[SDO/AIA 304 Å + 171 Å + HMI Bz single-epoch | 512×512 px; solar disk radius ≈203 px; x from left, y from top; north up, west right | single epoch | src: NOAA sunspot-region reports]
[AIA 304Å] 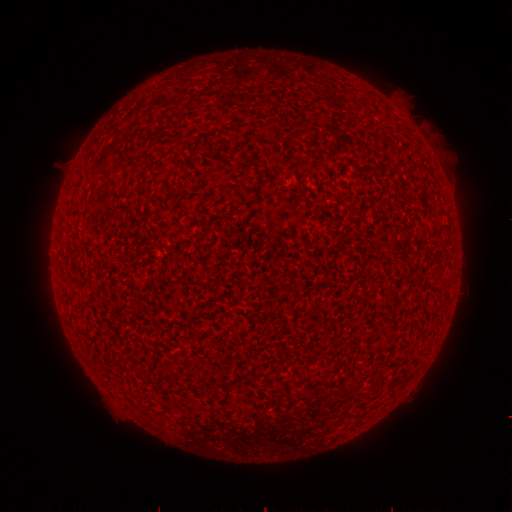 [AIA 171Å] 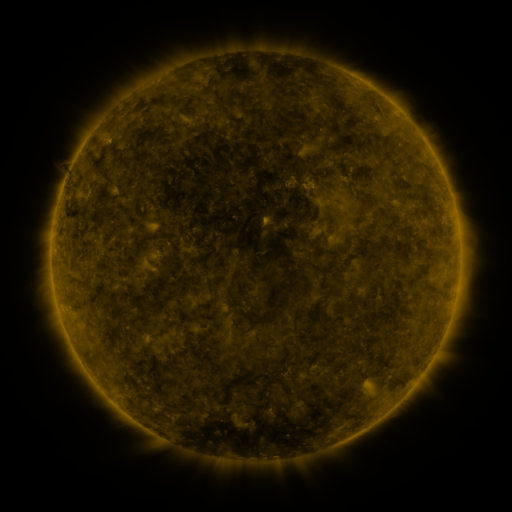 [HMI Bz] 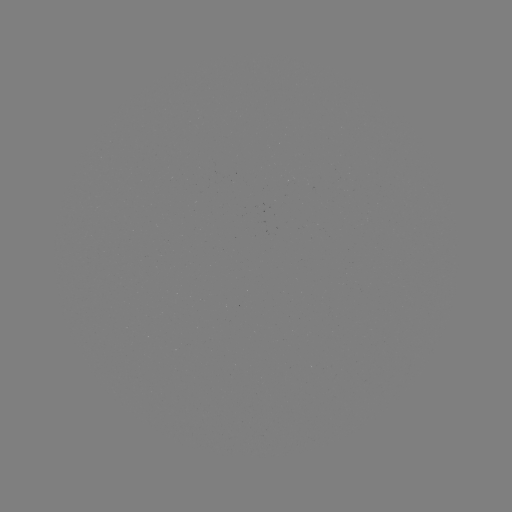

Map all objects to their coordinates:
(none)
